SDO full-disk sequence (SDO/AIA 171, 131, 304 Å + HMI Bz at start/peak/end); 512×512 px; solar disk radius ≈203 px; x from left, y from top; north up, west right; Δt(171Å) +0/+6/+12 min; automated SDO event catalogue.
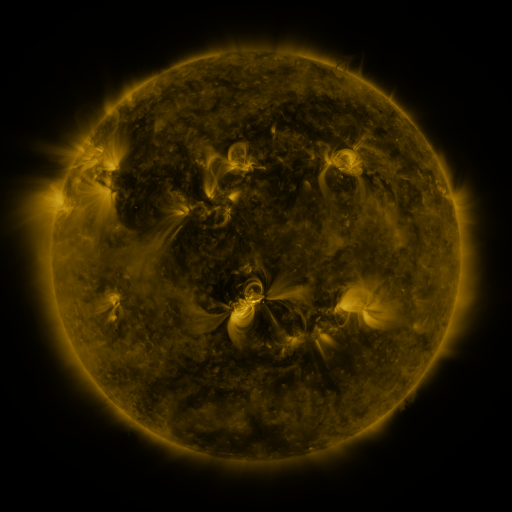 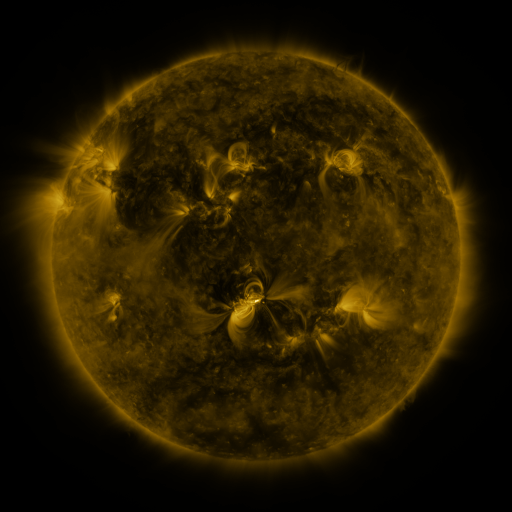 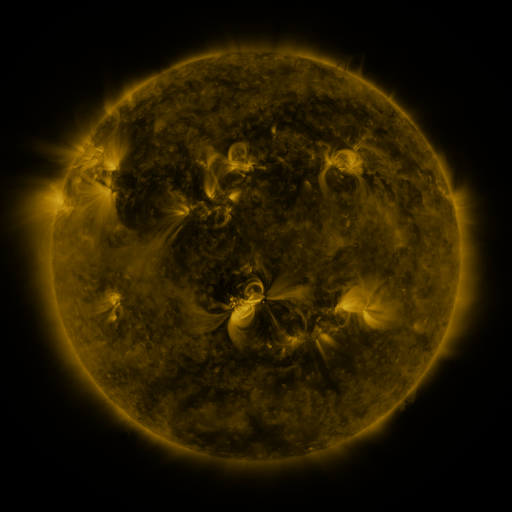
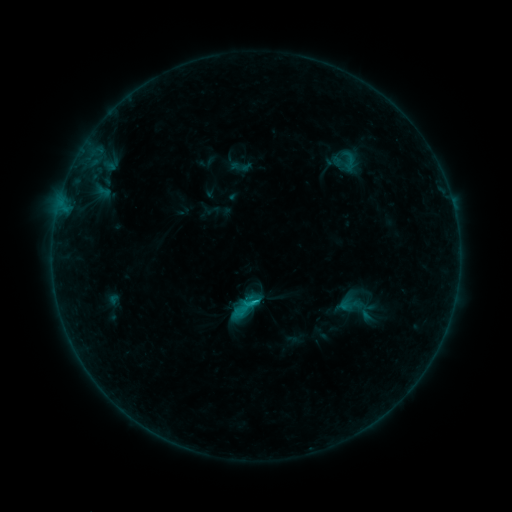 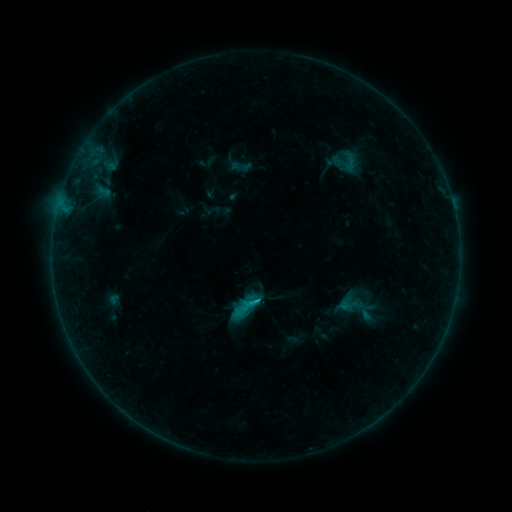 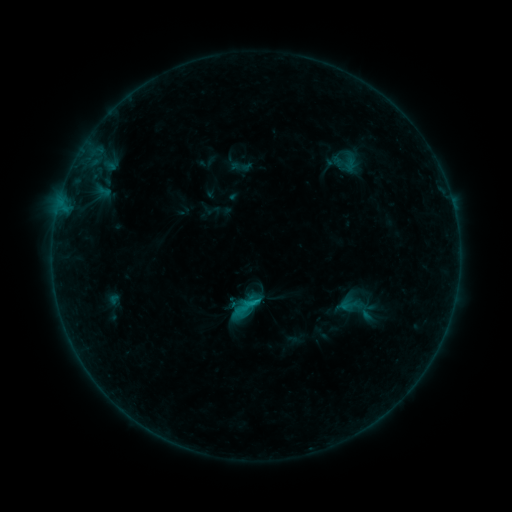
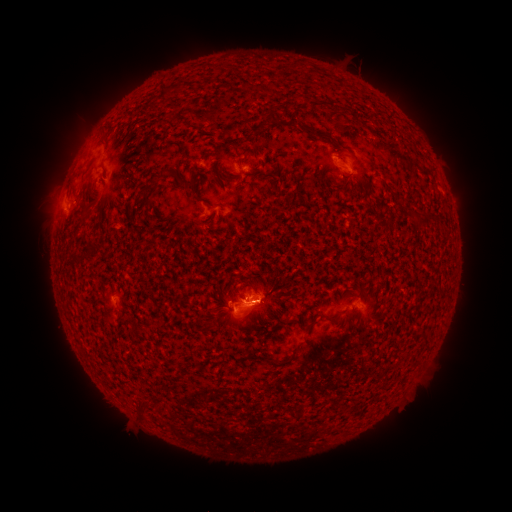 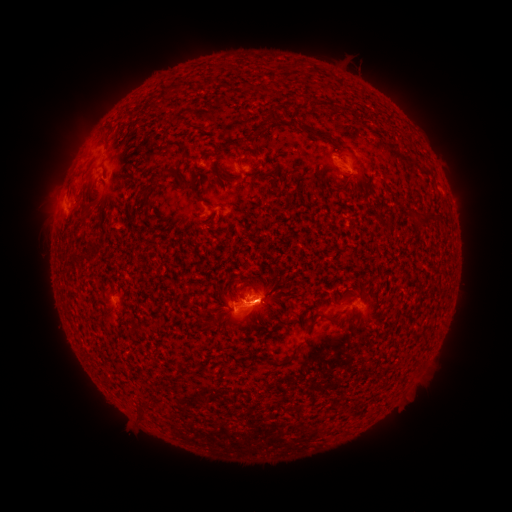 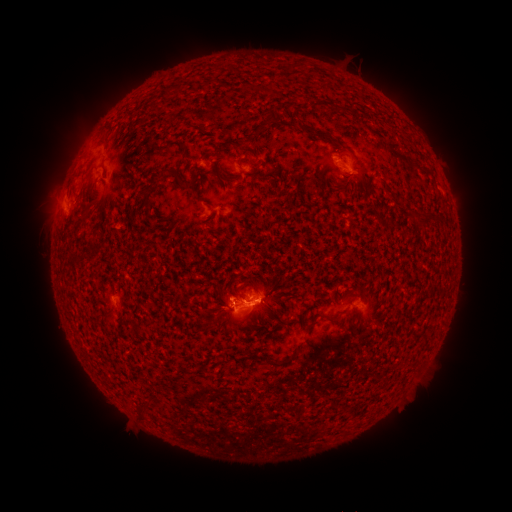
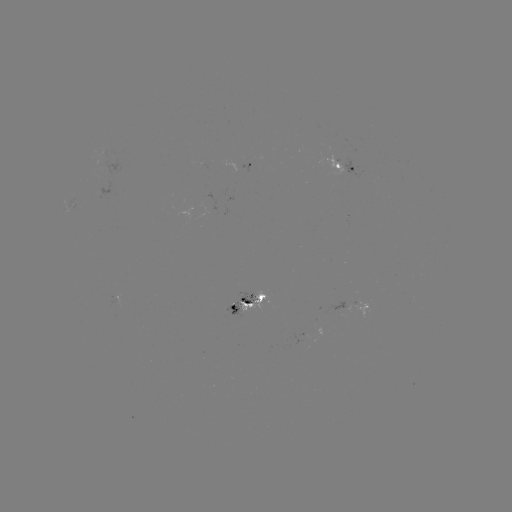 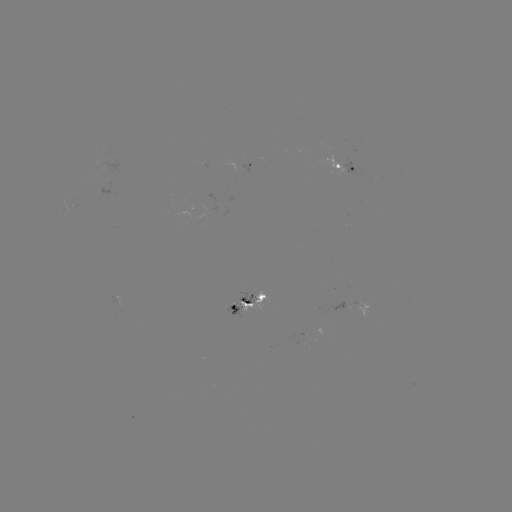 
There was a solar flare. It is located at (256, 299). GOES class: C1.1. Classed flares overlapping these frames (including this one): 1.